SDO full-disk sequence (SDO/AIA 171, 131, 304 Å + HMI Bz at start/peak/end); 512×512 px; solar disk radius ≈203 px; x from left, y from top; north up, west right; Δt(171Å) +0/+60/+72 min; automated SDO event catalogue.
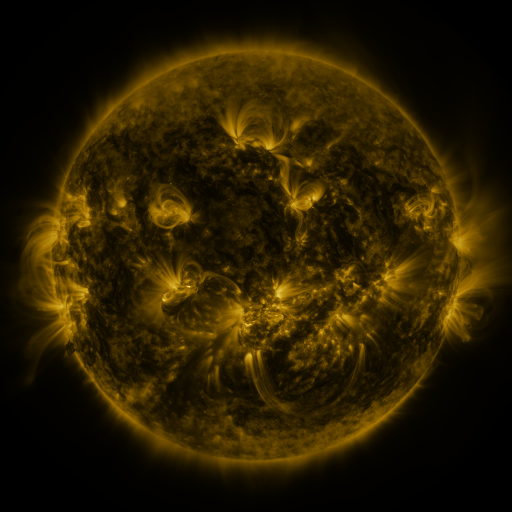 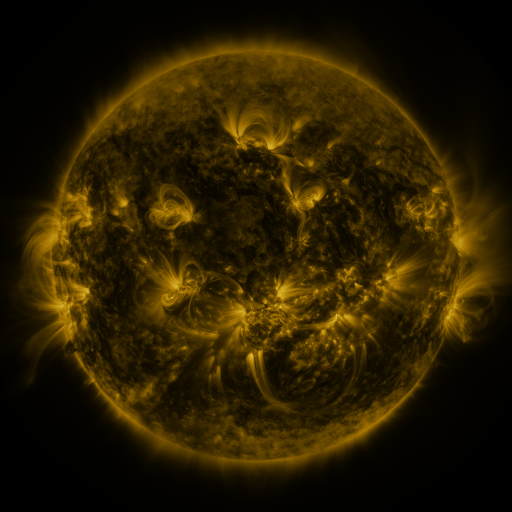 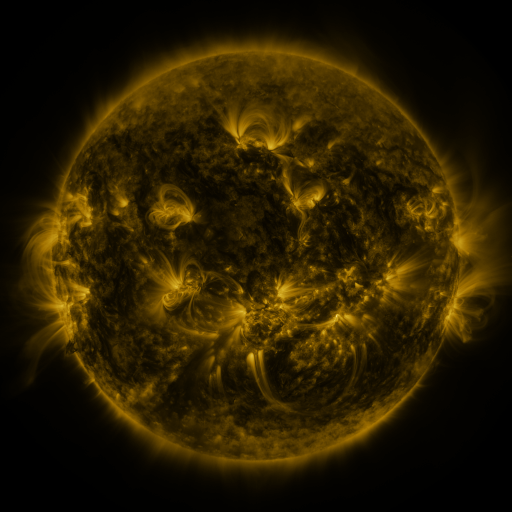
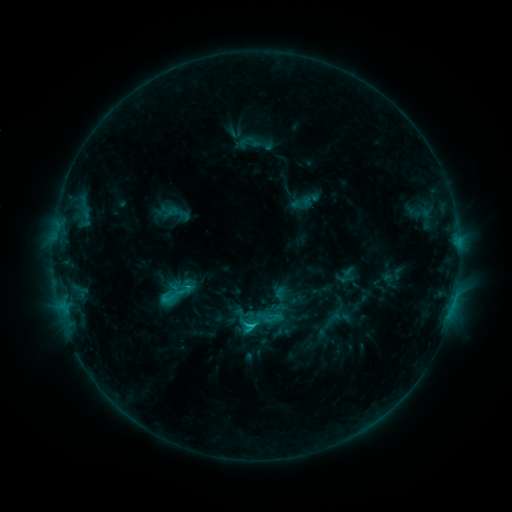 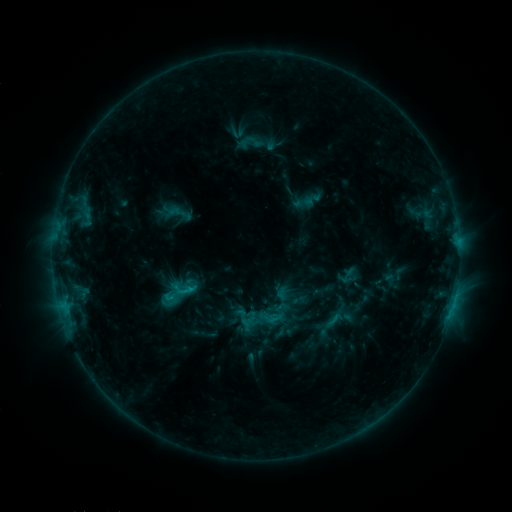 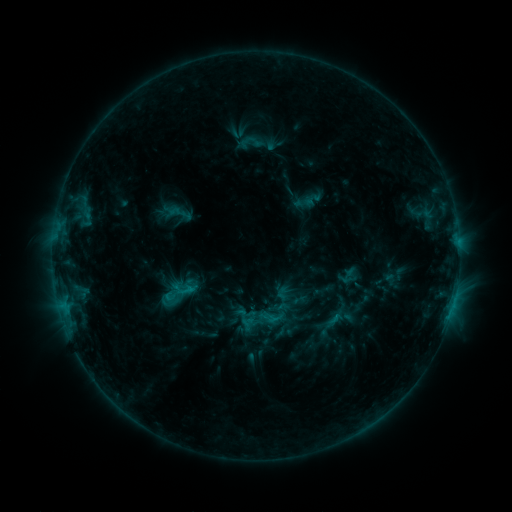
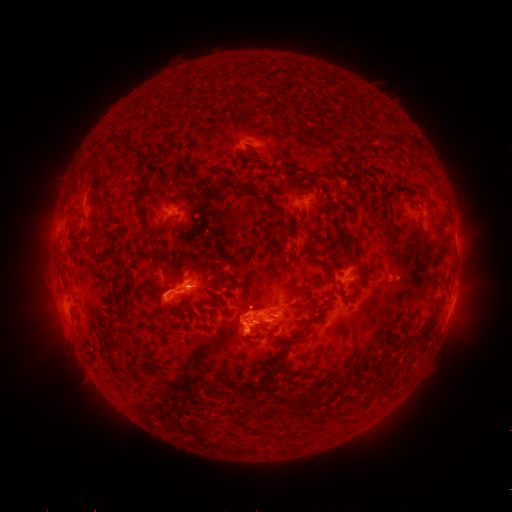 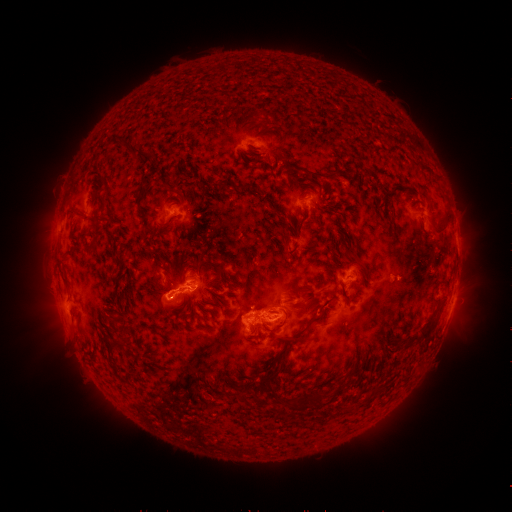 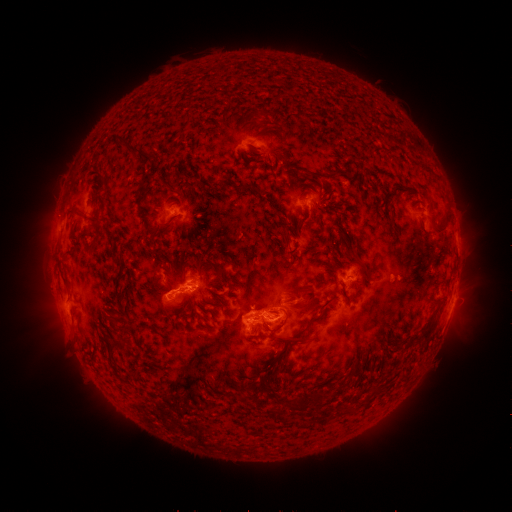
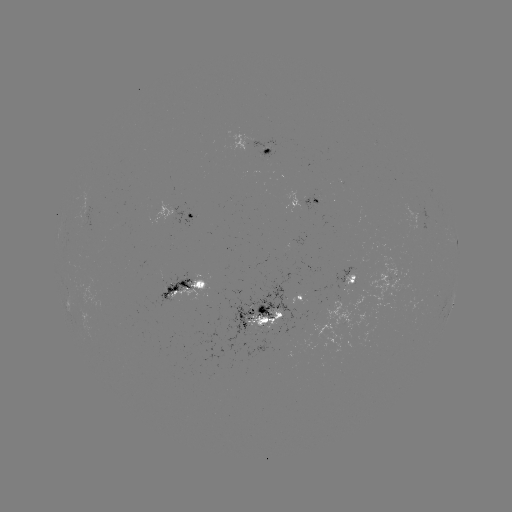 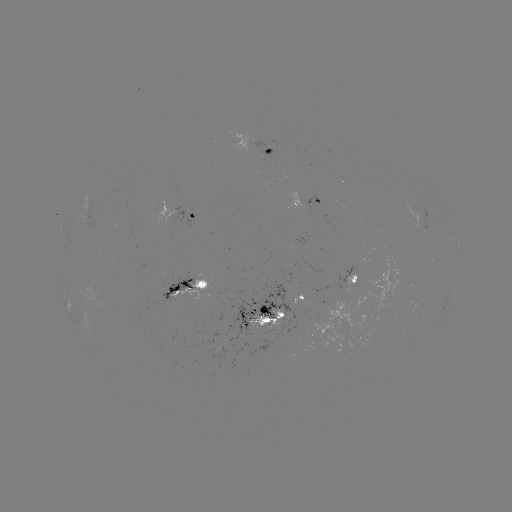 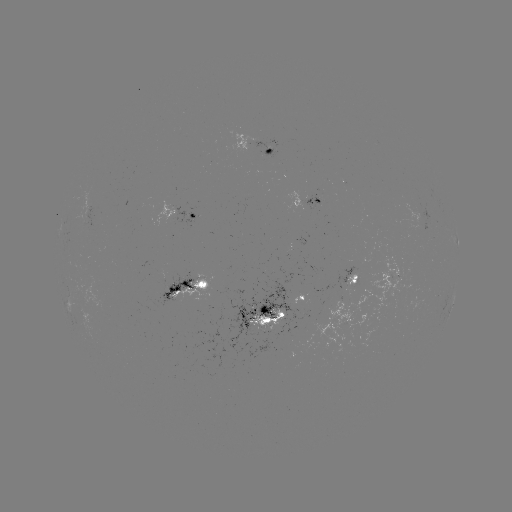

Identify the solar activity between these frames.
emerging-flux region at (257, 333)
